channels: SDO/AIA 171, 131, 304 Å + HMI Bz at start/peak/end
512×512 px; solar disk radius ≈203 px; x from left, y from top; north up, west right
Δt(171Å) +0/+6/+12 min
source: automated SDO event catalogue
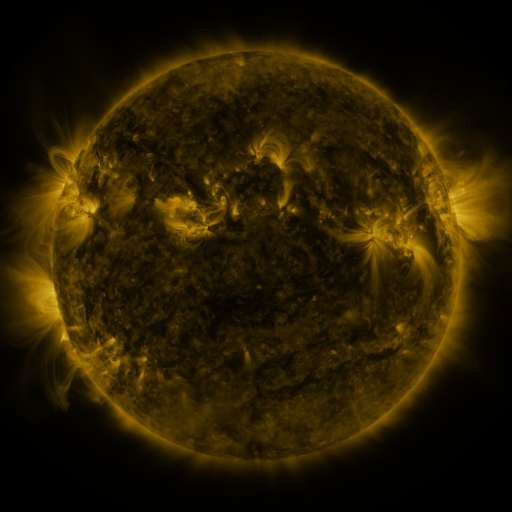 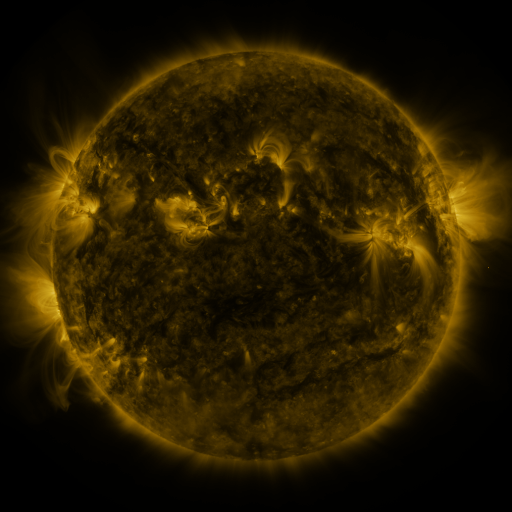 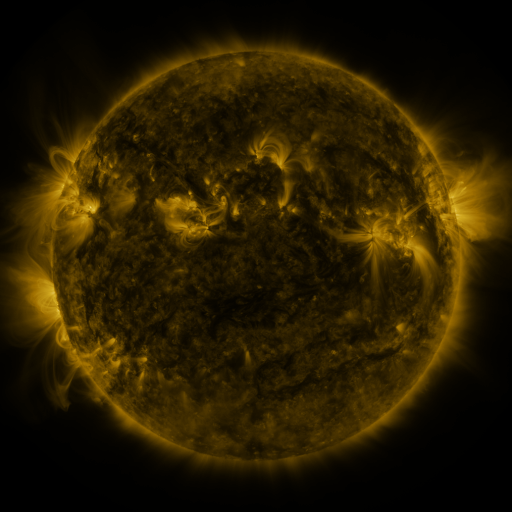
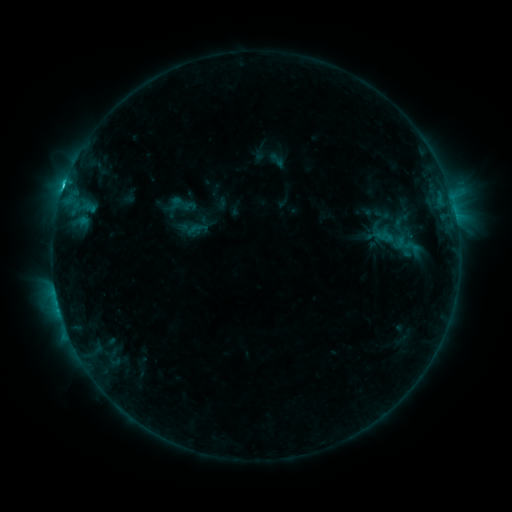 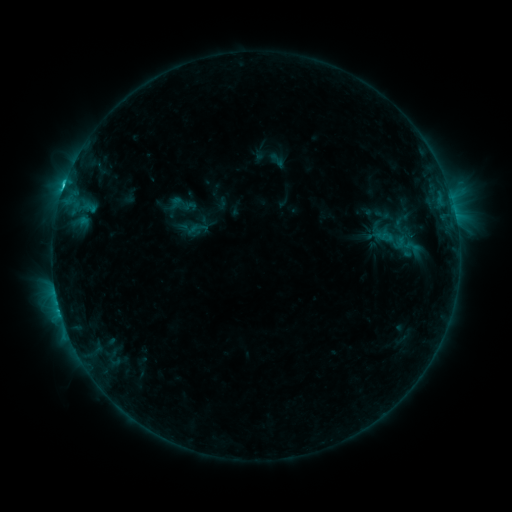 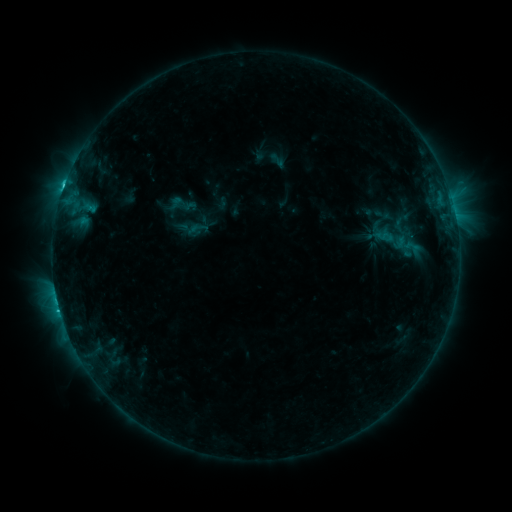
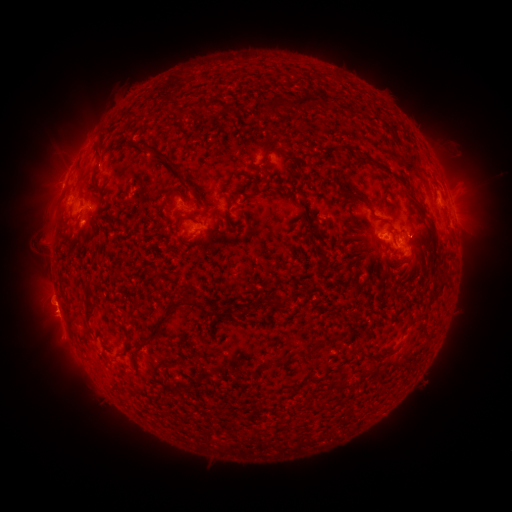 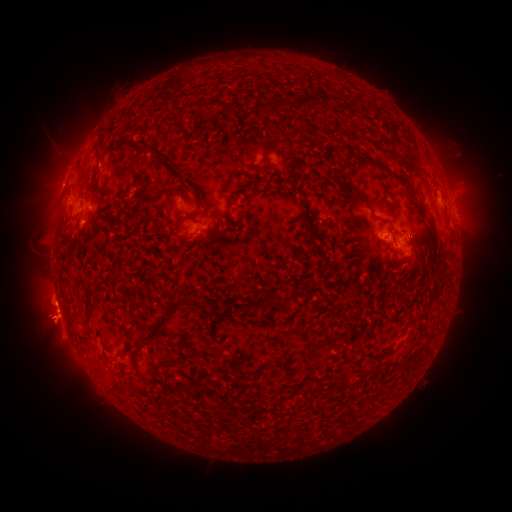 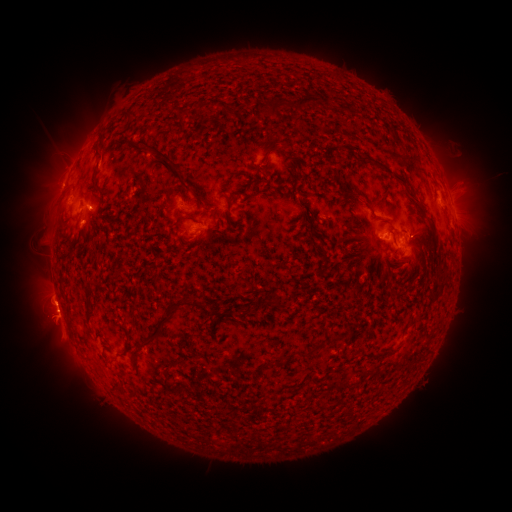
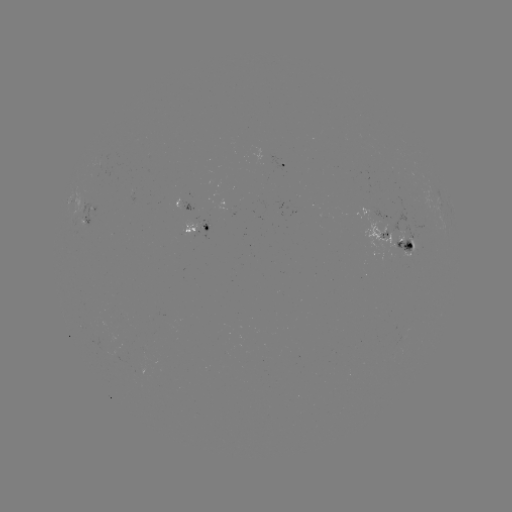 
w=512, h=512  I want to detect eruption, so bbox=[16, 274, 84, 353].